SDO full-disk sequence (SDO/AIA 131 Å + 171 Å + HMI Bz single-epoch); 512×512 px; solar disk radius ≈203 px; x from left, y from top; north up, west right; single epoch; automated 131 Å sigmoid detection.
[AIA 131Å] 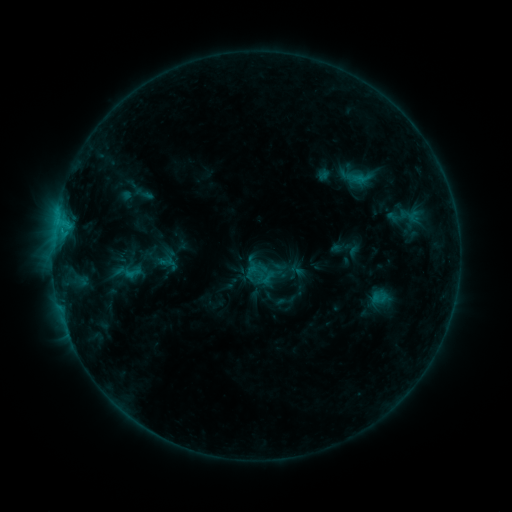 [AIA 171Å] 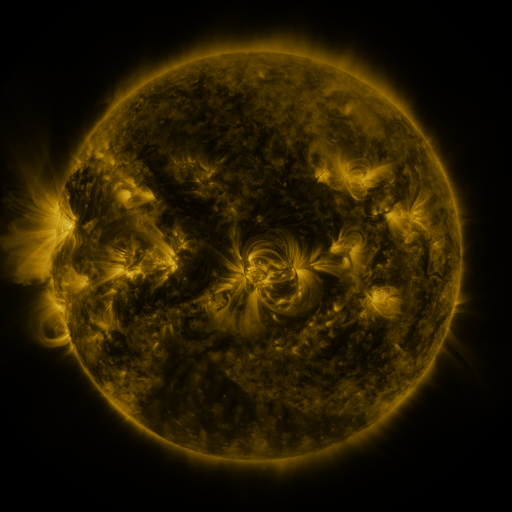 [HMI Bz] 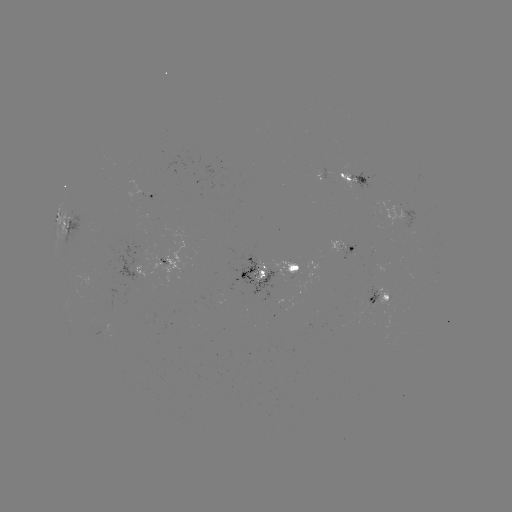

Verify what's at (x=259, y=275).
sigmoid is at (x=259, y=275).